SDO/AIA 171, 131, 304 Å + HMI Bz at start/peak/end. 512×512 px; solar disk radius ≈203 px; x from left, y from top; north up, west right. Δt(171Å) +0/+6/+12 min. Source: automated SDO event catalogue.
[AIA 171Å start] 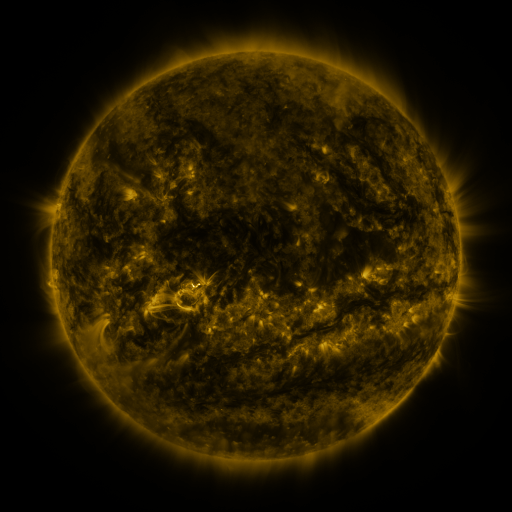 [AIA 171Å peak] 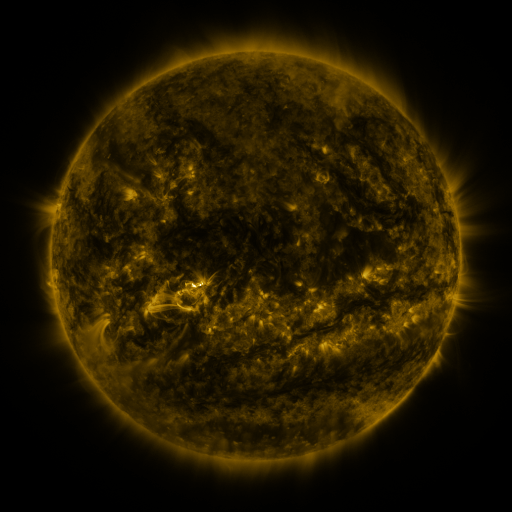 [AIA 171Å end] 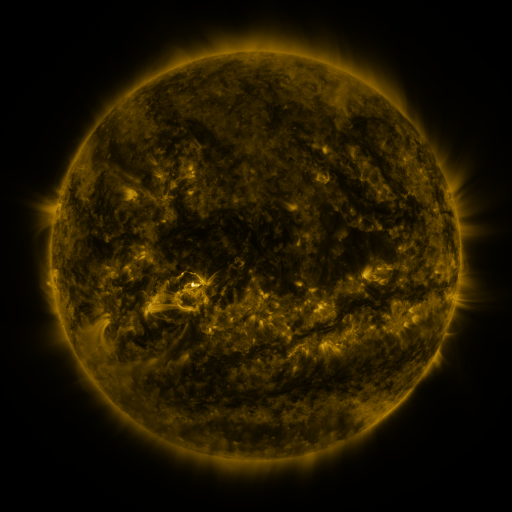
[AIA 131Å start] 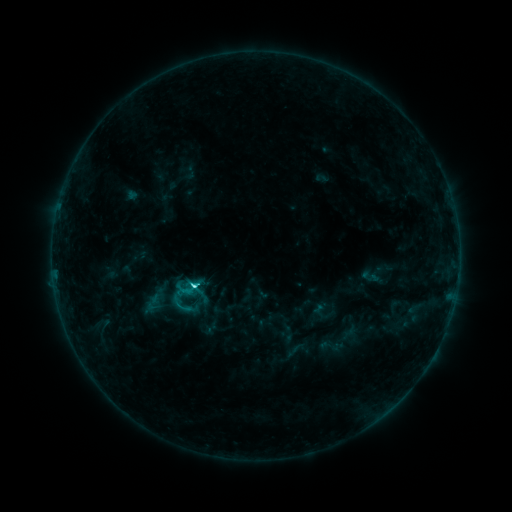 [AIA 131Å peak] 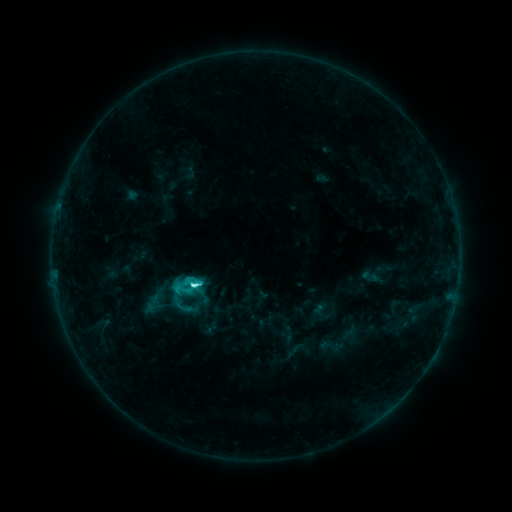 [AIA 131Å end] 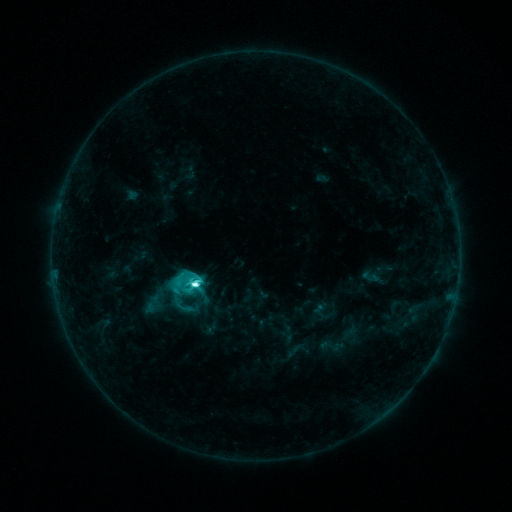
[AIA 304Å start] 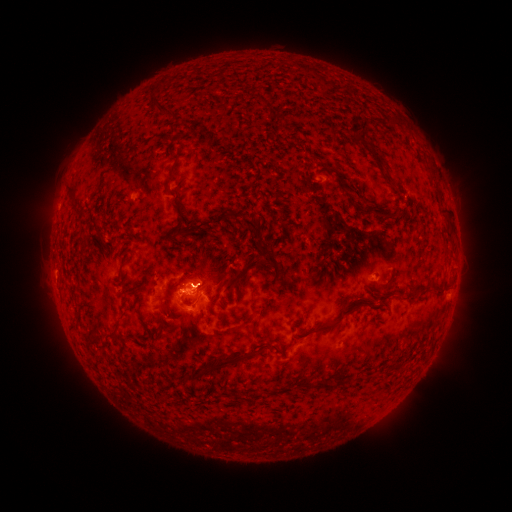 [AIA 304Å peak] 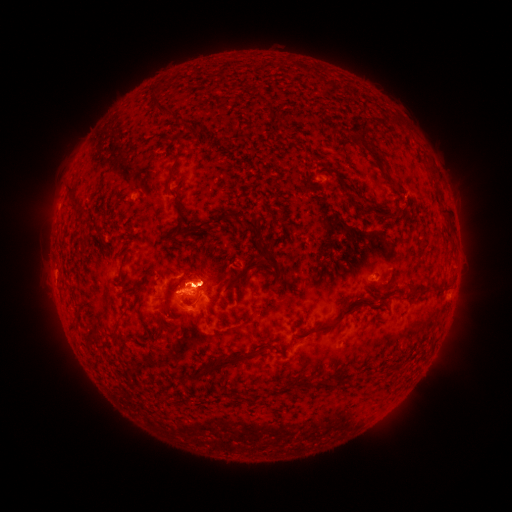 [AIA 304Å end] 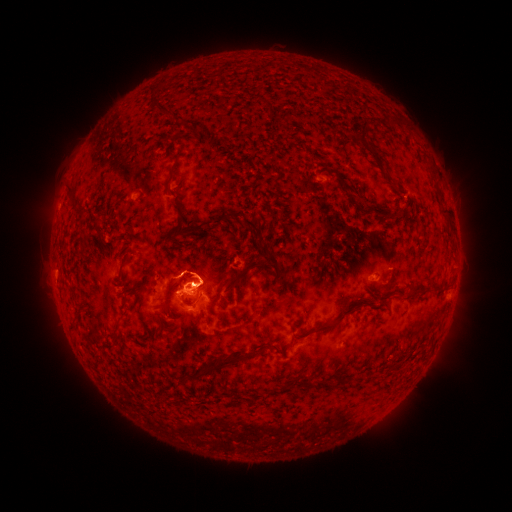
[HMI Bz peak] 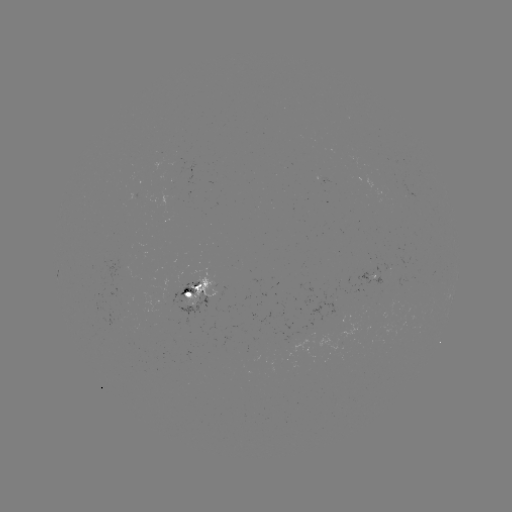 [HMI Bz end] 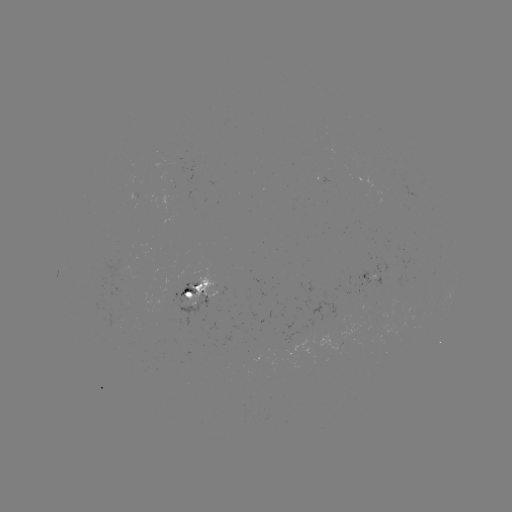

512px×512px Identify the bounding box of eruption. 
[159, 244, 258, 298].